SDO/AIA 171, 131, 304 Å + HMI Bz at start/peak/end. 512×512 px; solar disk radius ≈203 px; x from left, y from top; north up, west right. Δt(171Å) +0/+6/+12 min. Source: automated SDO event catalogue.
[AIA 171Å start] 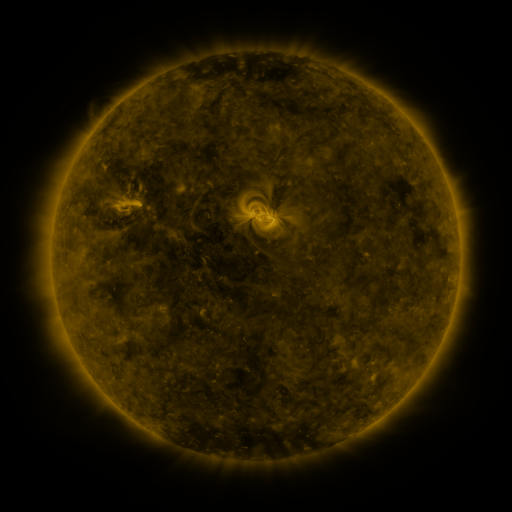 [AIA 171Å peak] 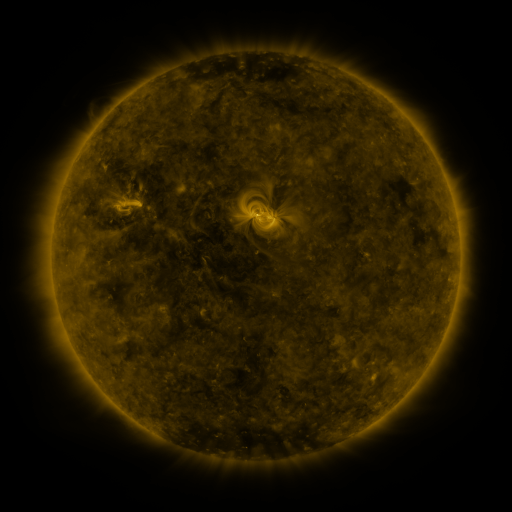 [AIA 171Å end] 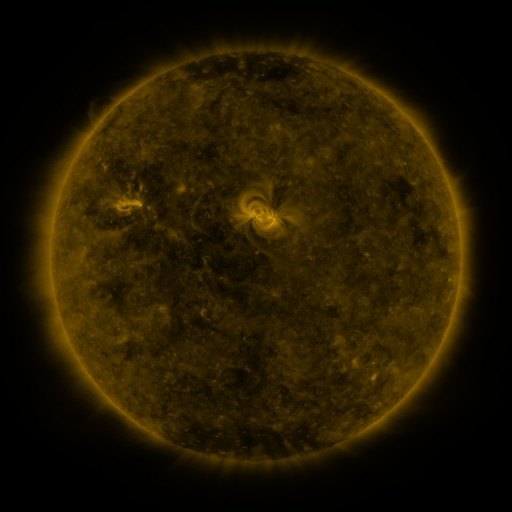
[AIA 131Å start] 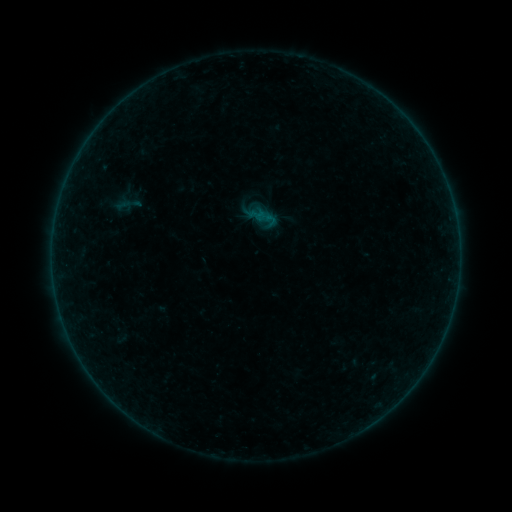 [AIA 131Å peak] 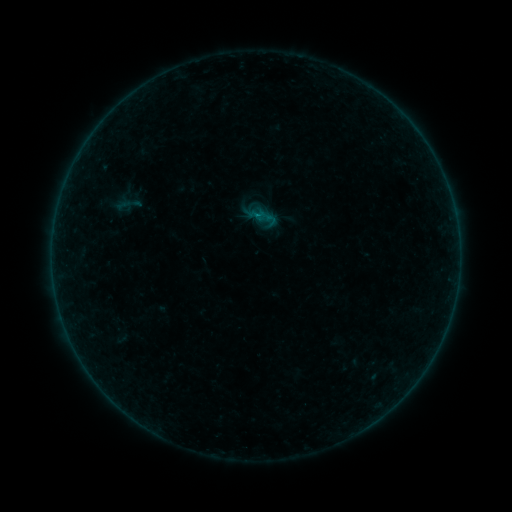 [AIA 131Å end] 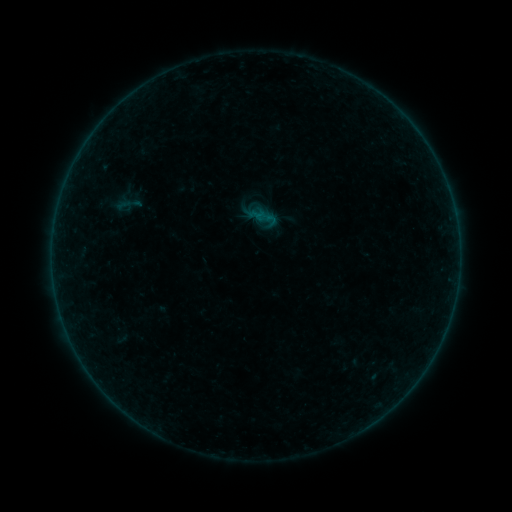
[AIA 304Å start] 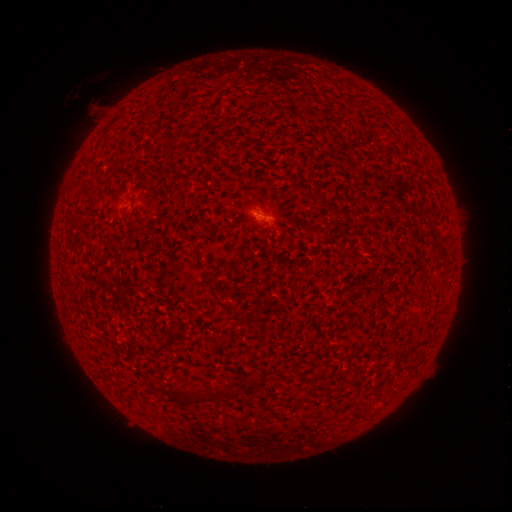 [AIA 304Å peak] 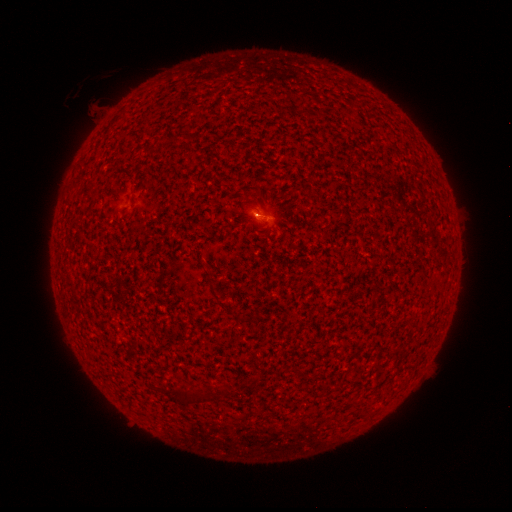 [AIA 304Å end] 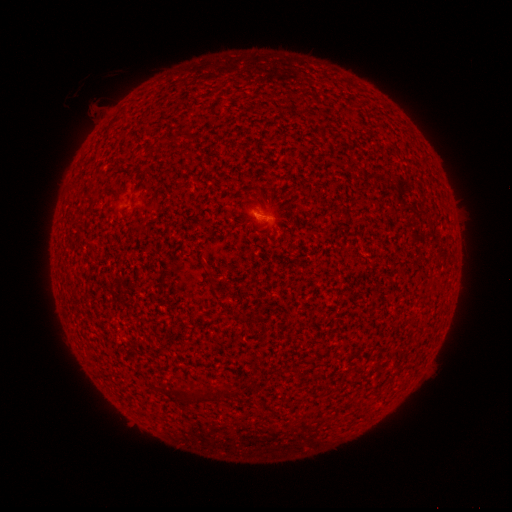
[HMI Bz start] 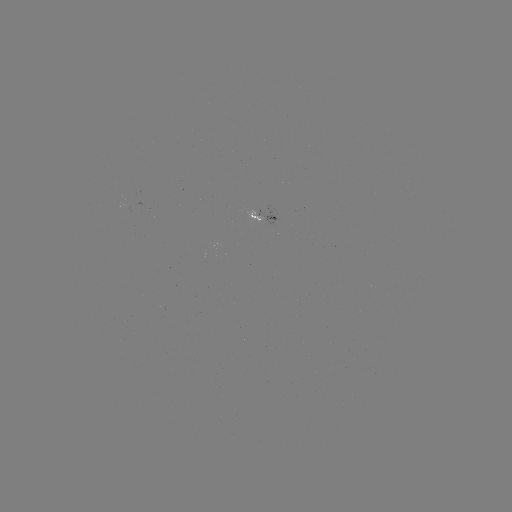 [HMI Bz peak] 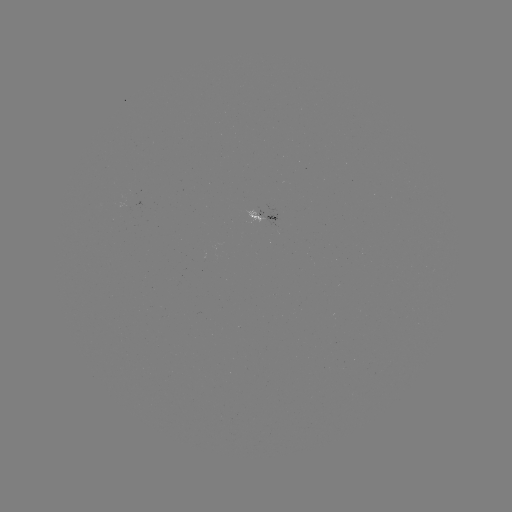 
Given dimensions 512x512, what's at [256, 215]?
A5.9 flare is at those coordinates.